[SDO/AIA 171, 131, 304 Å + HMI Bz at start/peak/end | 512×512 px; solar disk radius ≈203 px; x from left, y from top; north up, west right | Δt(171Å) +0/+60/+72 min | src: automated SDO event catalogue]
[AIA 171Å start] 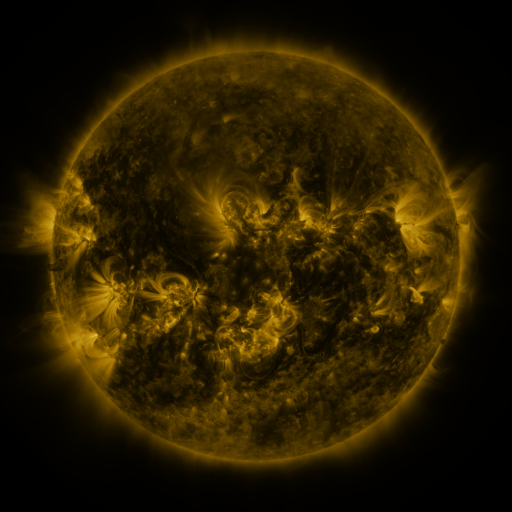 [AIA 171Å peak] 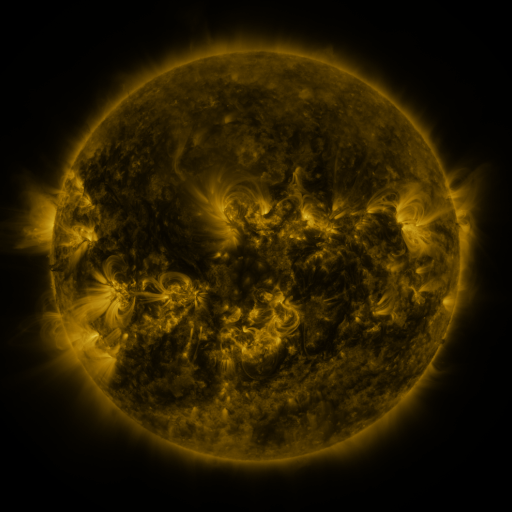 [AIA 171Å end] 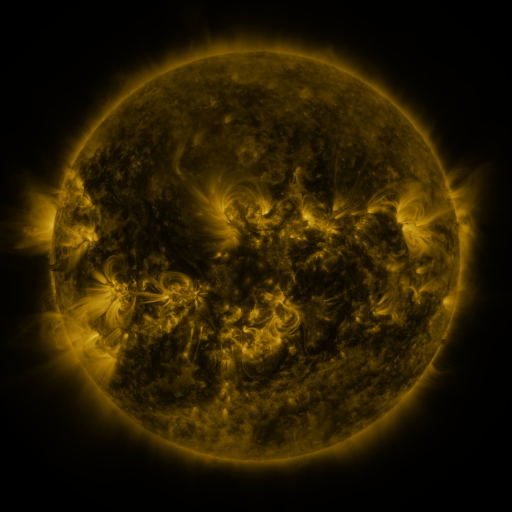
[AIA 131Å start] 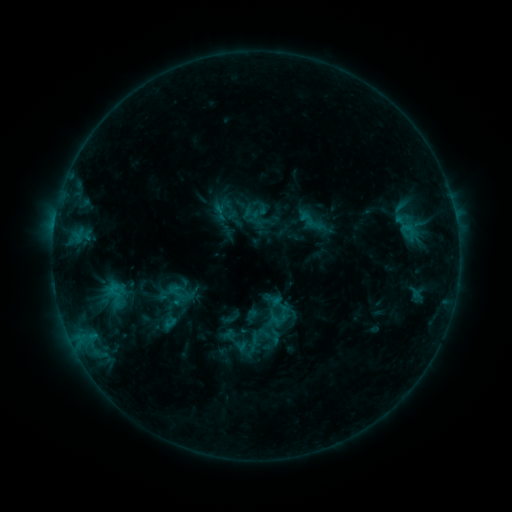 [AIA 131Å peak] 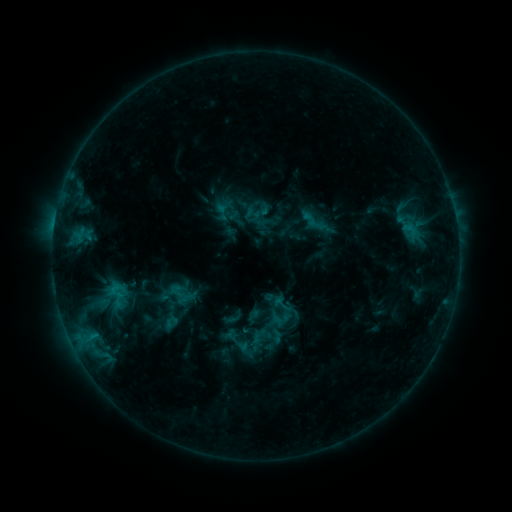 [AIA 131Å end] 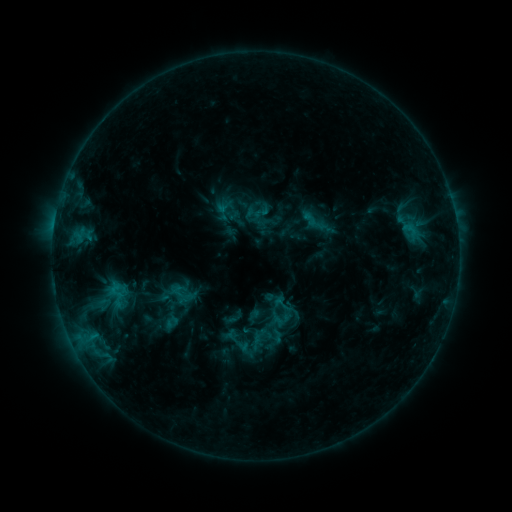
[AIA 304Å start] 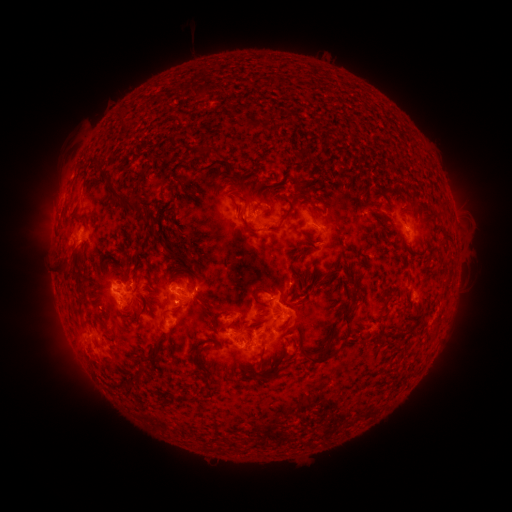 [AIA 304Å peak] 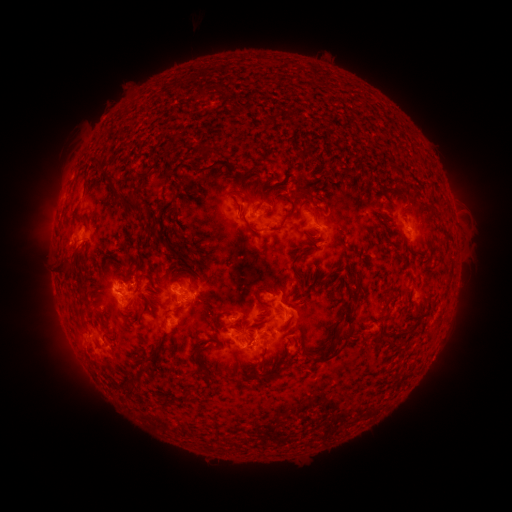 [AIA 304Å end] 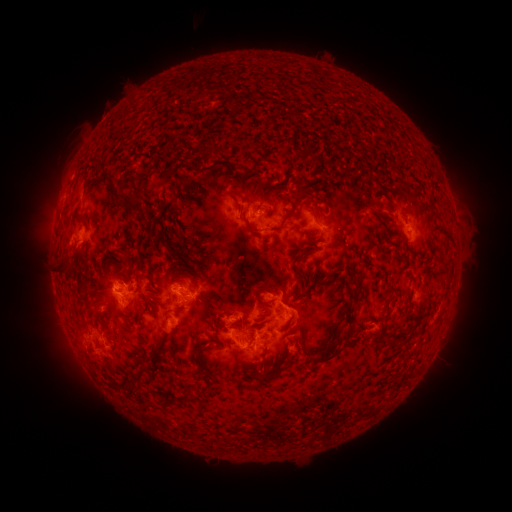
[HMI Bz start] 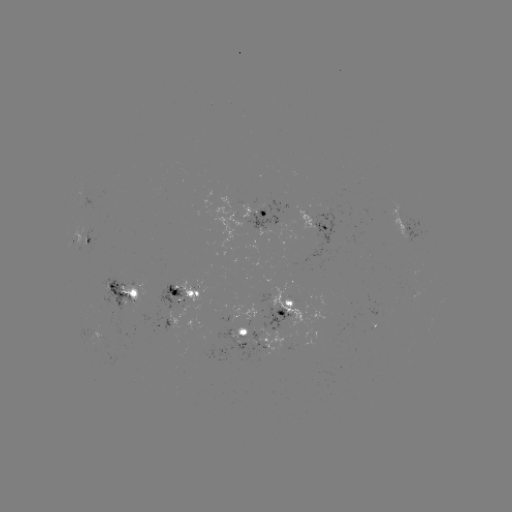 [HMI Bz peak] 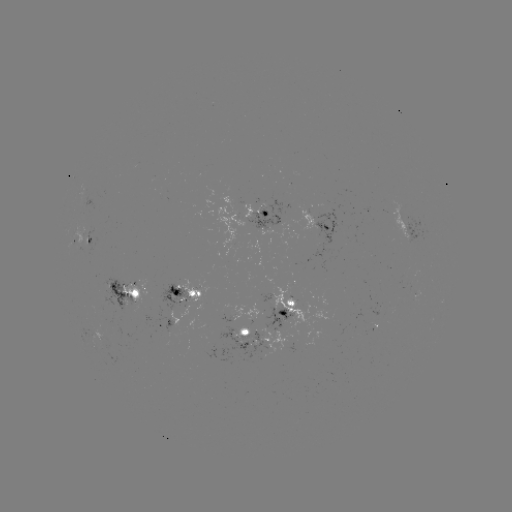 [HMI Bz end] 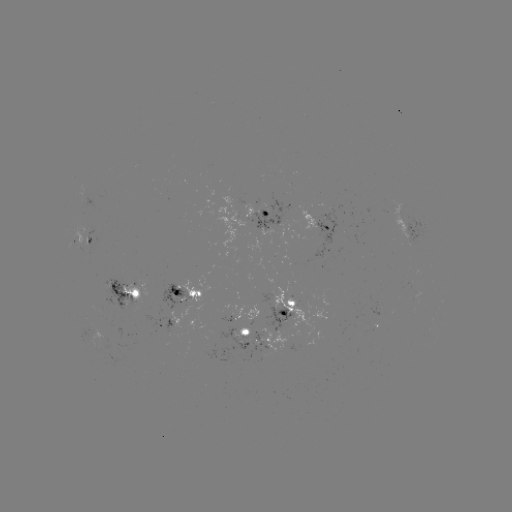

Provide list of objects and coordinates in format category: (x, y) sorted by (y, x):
emerging-flux region: (371, 327)
